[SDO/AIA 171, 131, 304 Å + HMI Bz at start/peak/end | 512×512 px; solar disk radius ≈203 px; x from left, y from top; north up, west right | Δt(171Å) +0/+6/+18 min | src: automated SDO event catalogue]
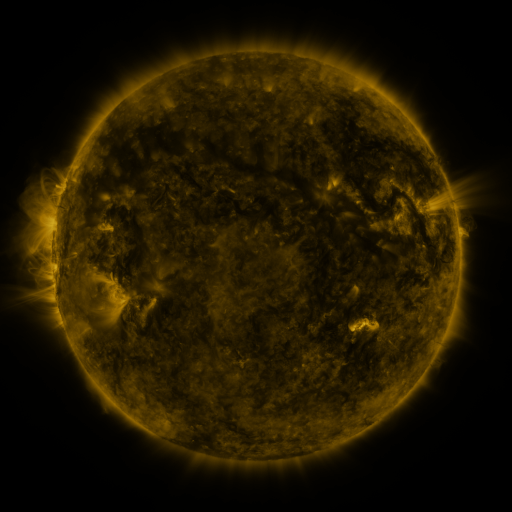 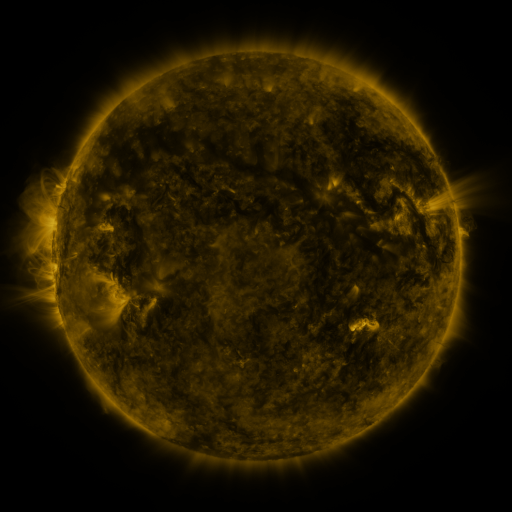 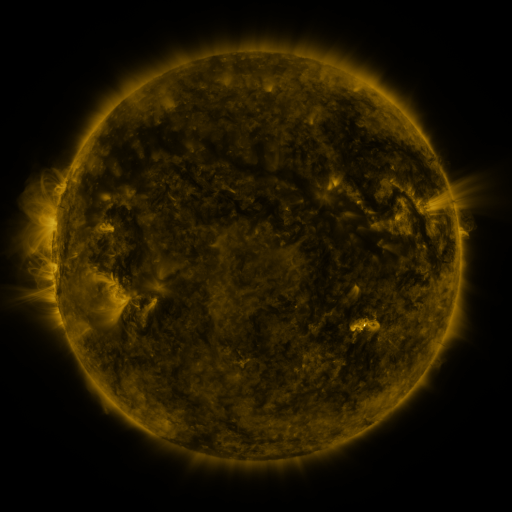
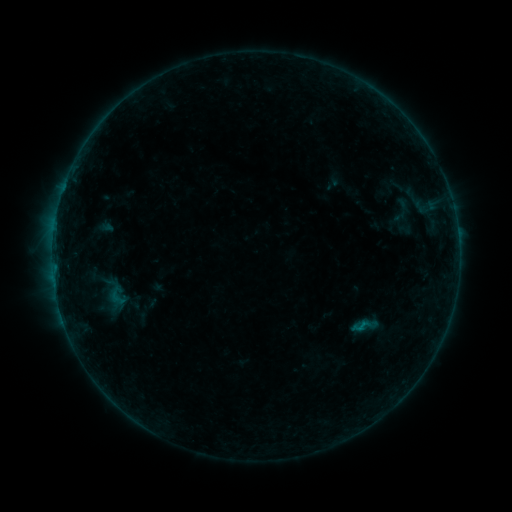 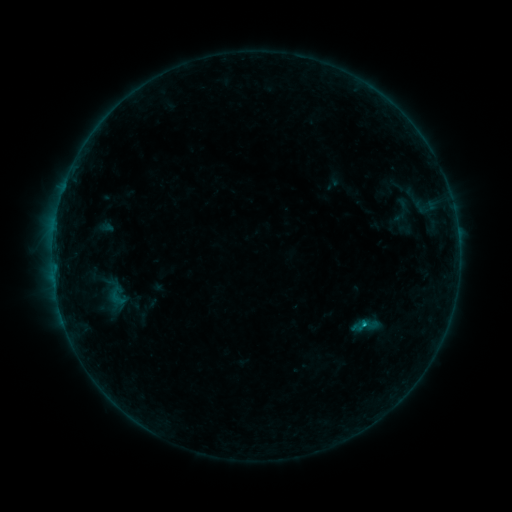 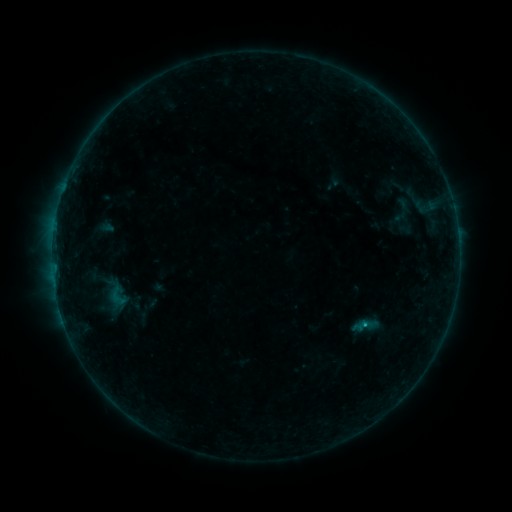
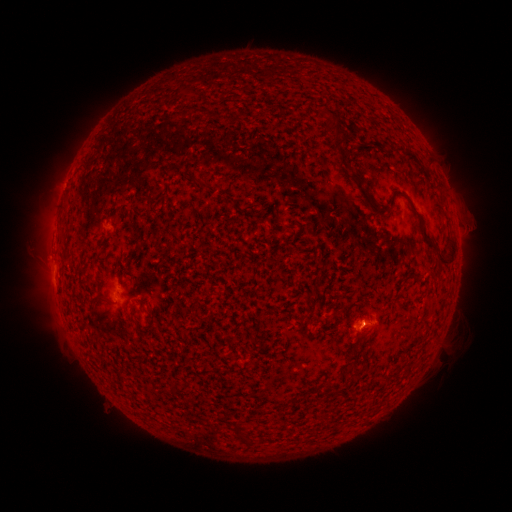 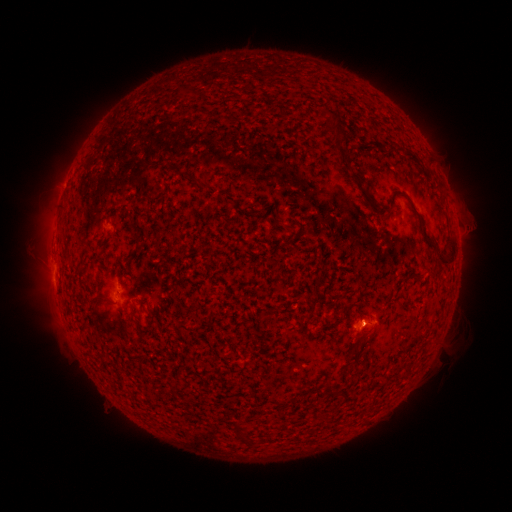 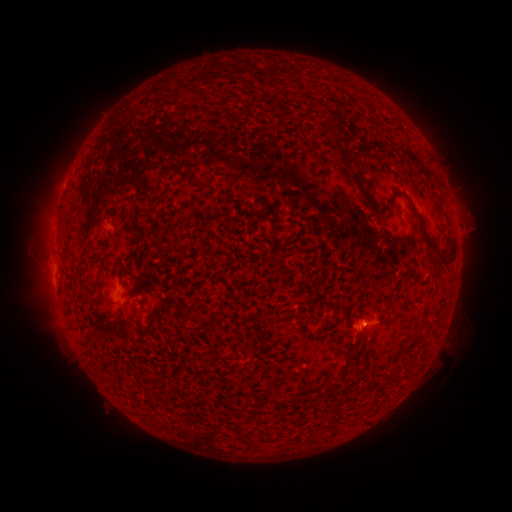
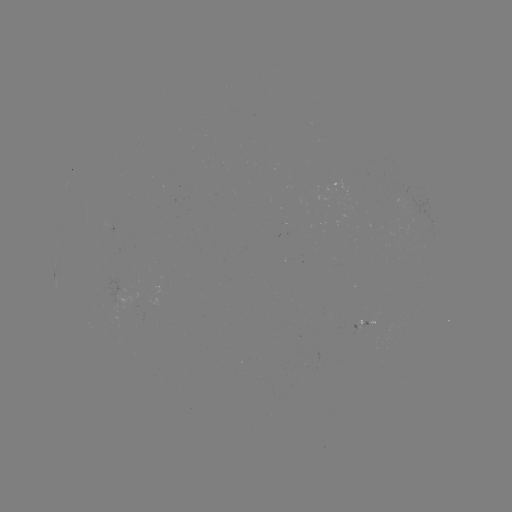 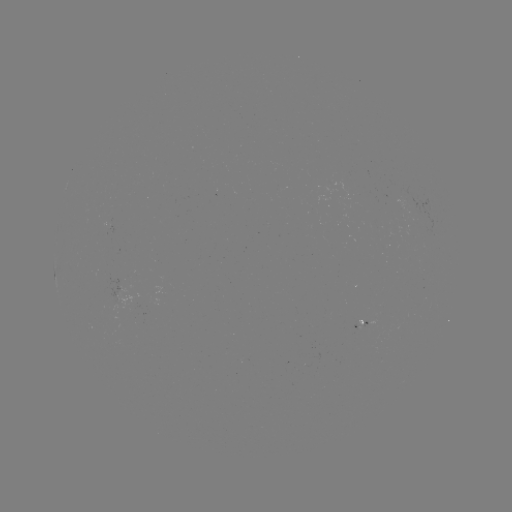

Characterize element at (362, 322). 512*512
B4.9 flare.